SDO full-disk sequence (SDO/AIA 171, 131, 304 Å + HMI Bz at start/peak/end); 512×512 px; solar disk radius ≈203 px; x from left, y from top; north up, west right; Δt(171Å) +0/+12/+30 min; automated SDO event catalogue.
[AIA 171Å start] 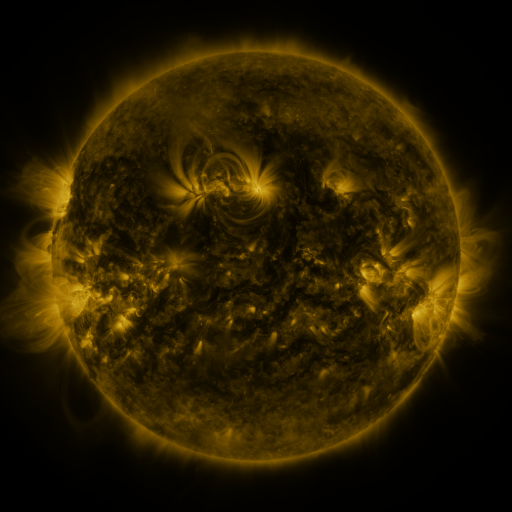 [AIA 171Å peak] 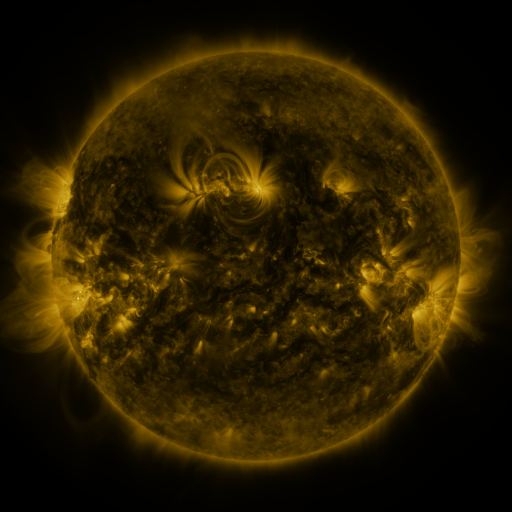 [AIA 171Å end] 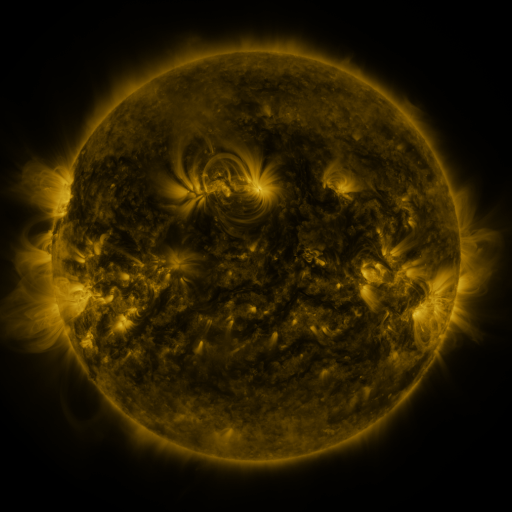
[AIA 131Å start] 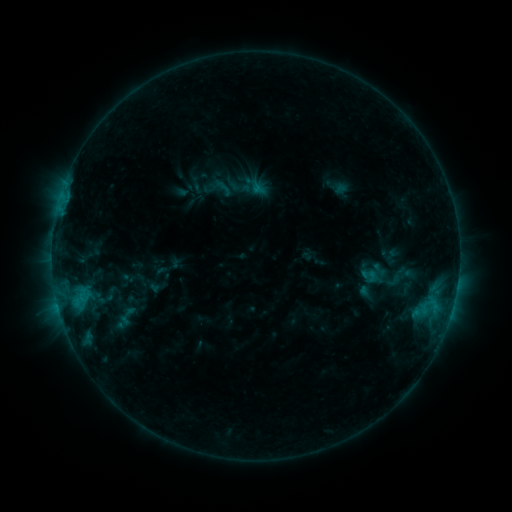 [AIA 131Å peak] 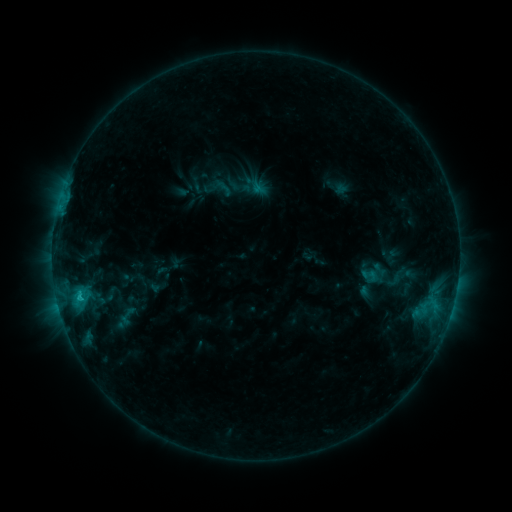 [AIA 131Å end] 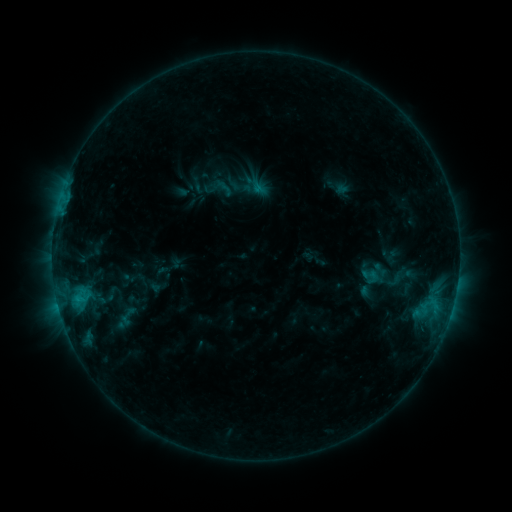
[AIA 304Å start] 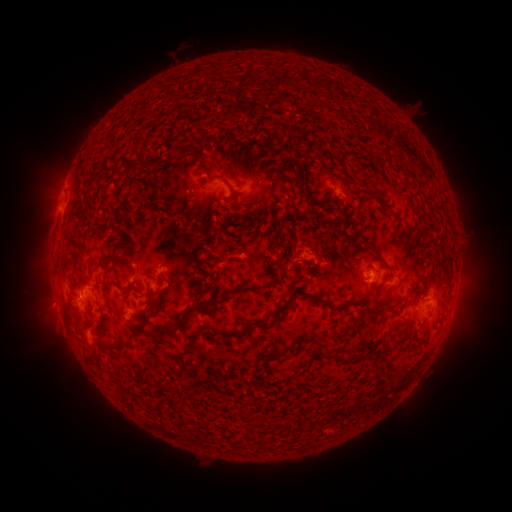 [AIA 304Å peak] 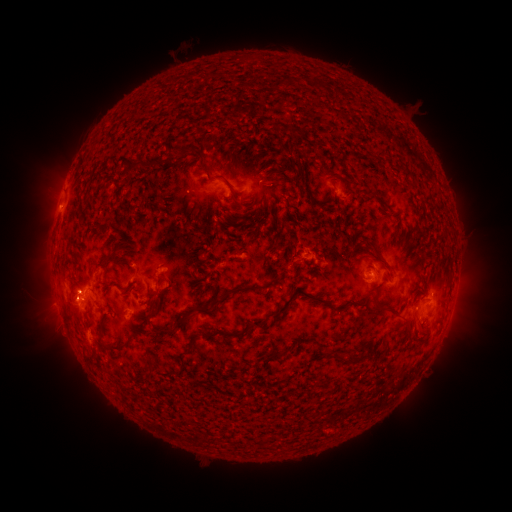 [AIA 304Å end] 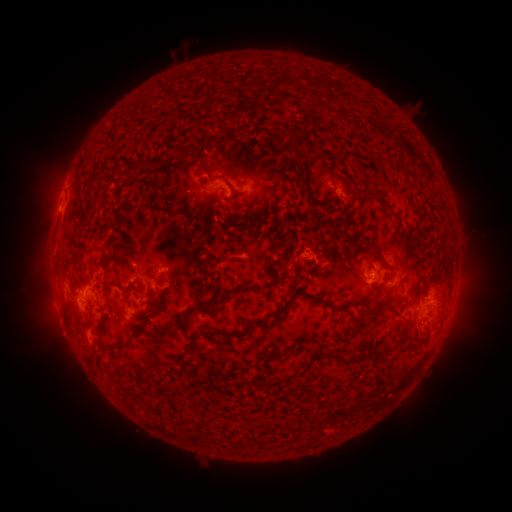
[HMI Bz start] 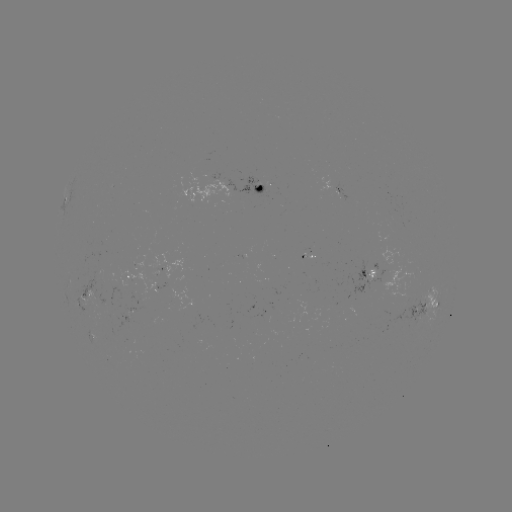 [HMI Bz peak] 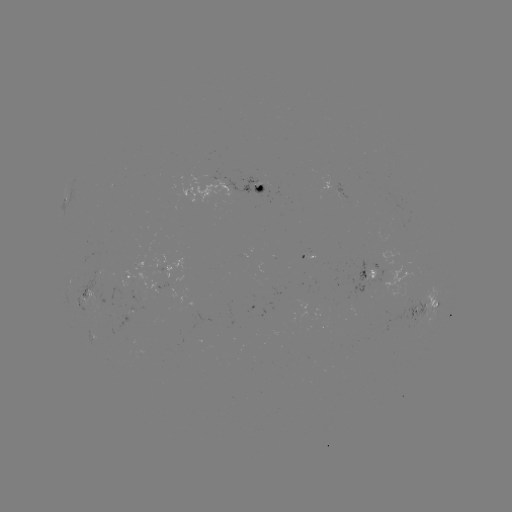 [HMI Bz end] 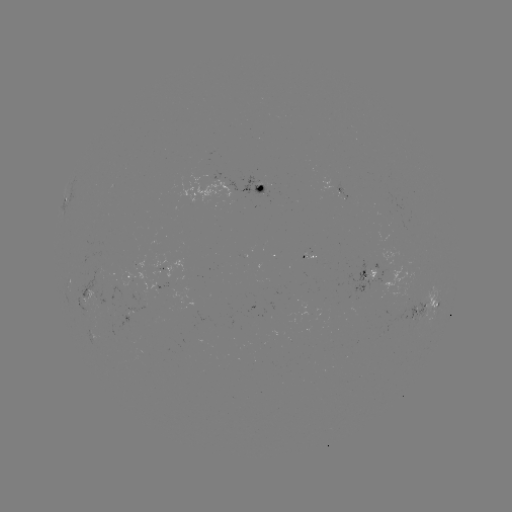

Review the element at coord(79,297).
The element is C1.0 flare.